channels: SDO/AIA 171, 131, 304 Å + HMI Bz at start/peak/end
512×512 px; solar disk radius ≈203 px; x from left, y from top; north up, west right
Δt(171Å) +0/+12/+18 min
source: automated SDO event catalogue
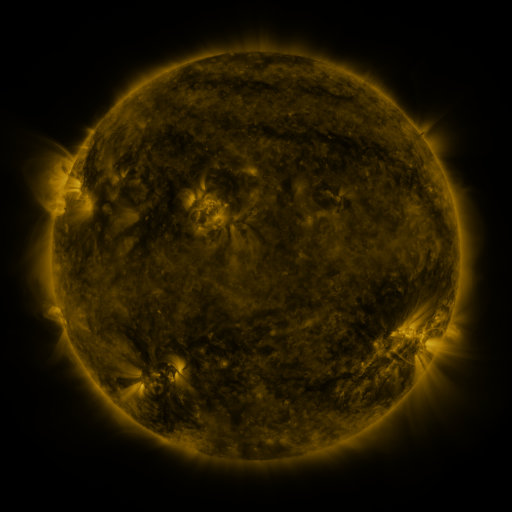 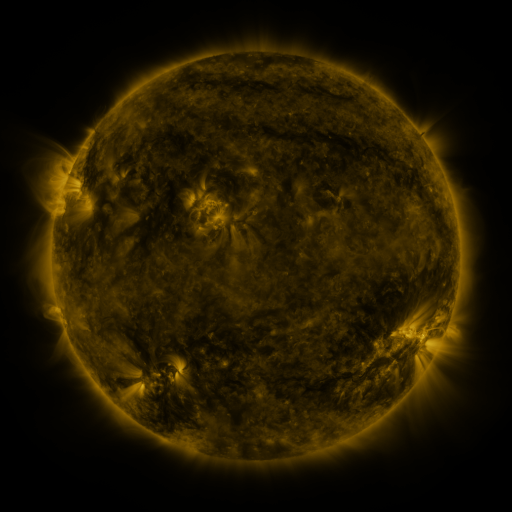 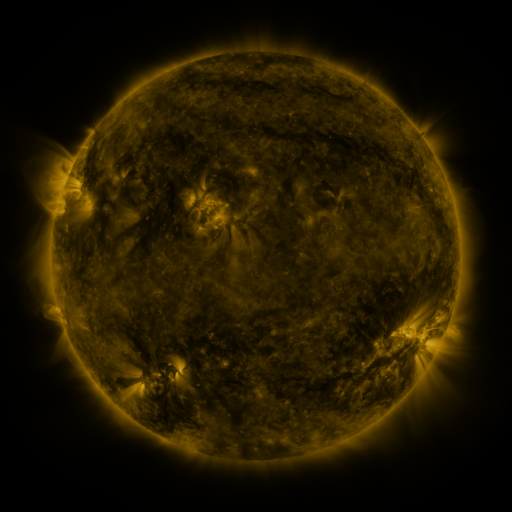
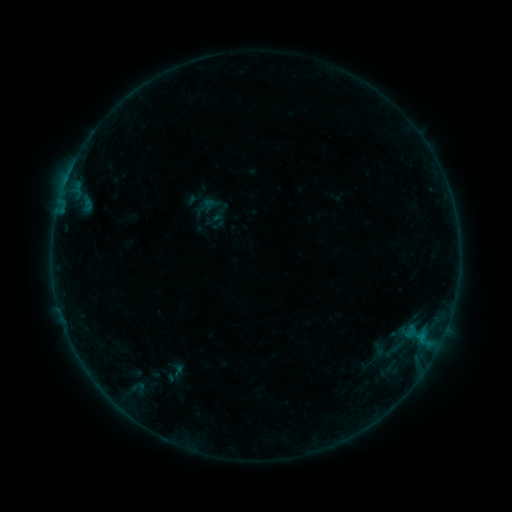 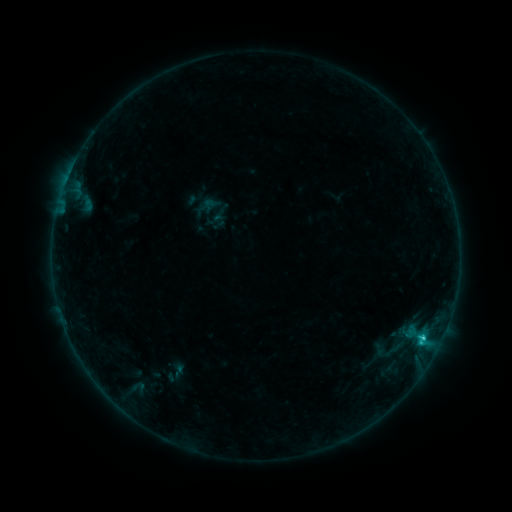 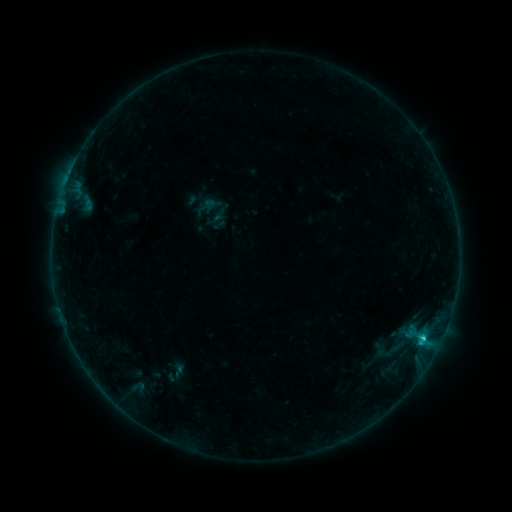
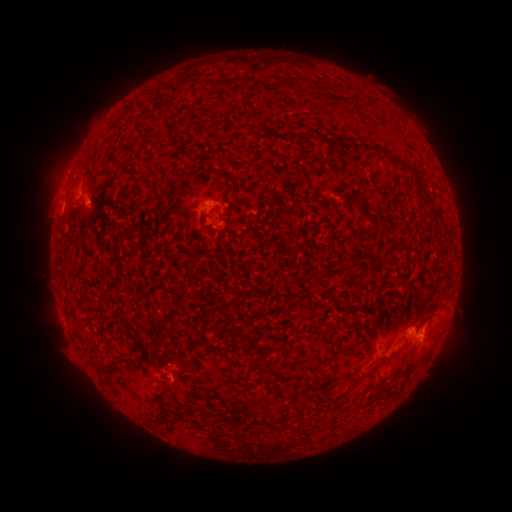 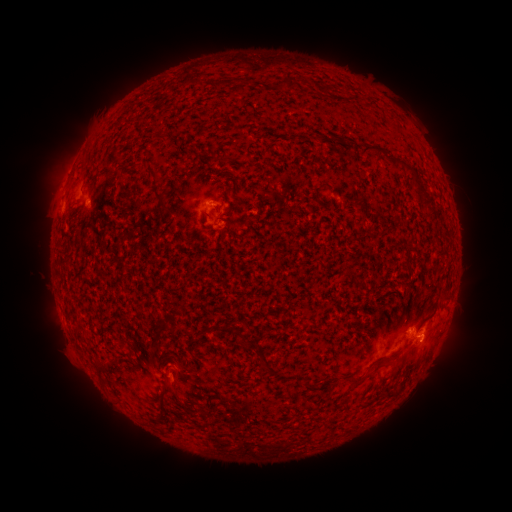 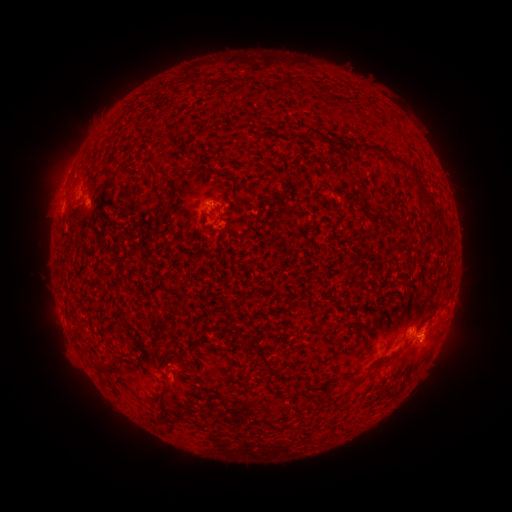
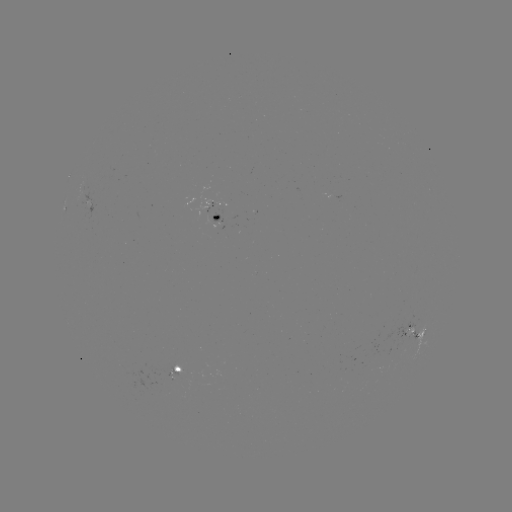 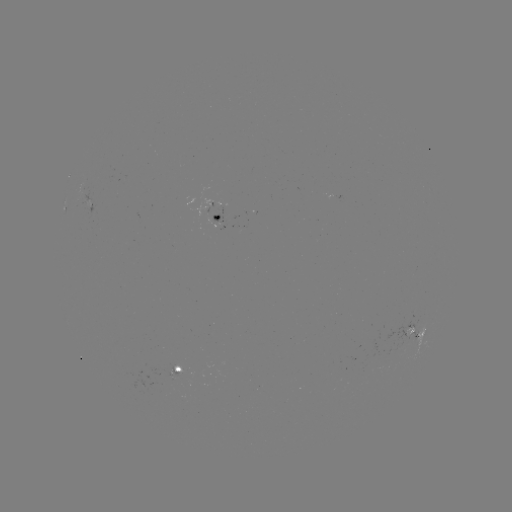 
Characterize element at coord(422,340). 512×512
C1.2 flare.